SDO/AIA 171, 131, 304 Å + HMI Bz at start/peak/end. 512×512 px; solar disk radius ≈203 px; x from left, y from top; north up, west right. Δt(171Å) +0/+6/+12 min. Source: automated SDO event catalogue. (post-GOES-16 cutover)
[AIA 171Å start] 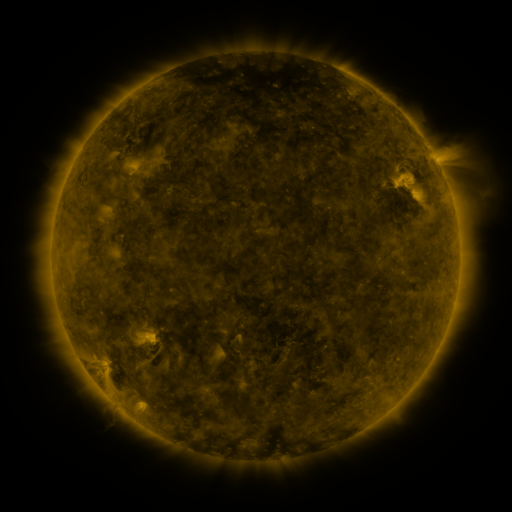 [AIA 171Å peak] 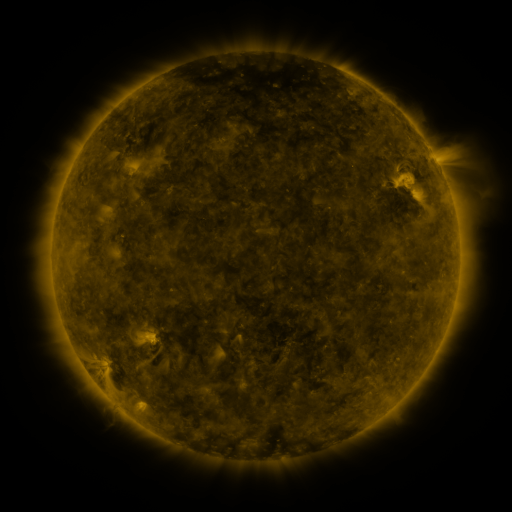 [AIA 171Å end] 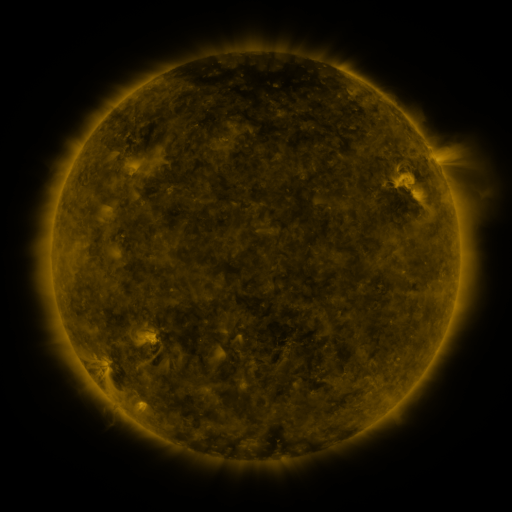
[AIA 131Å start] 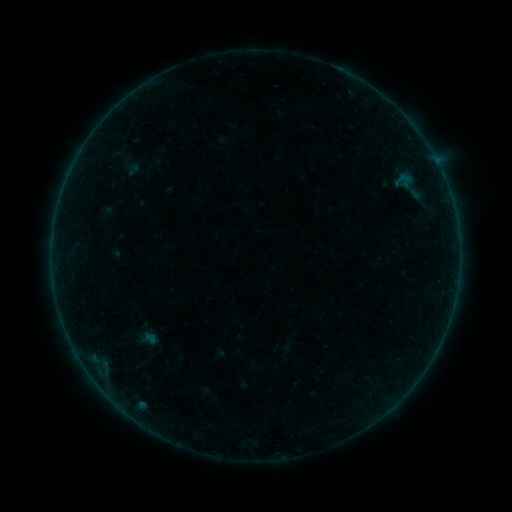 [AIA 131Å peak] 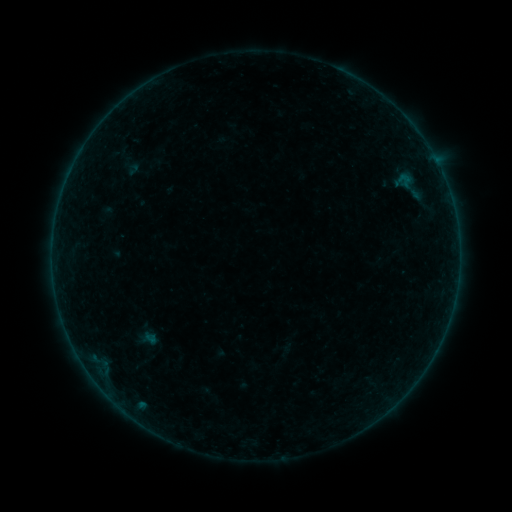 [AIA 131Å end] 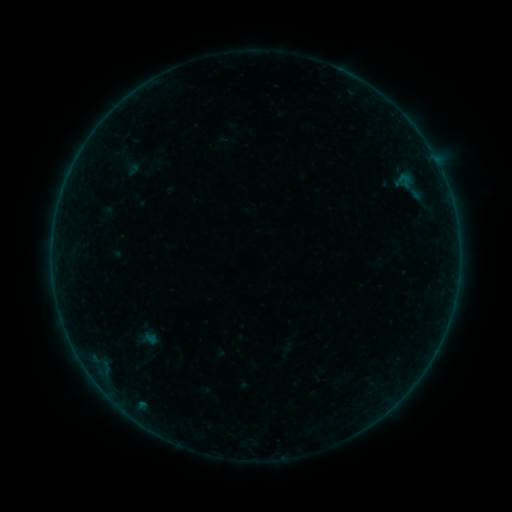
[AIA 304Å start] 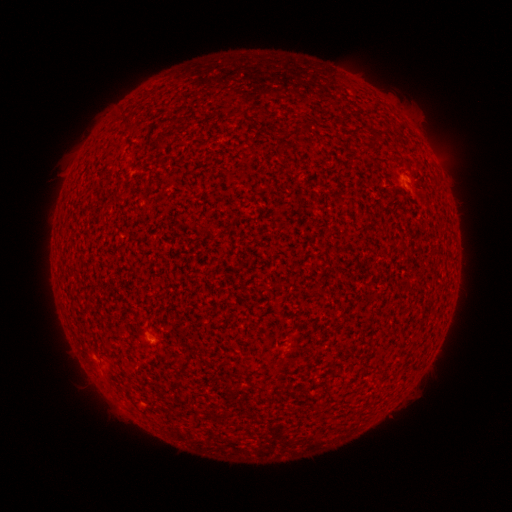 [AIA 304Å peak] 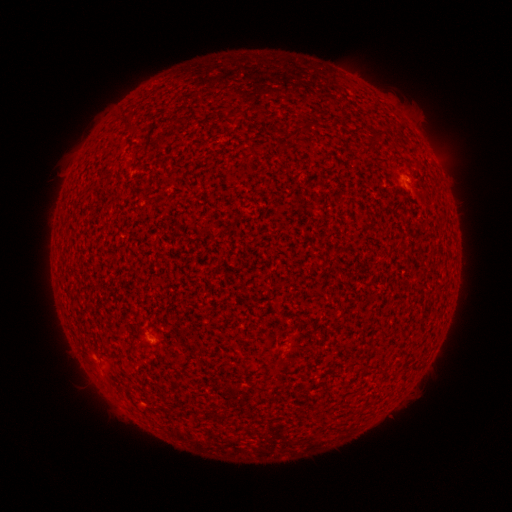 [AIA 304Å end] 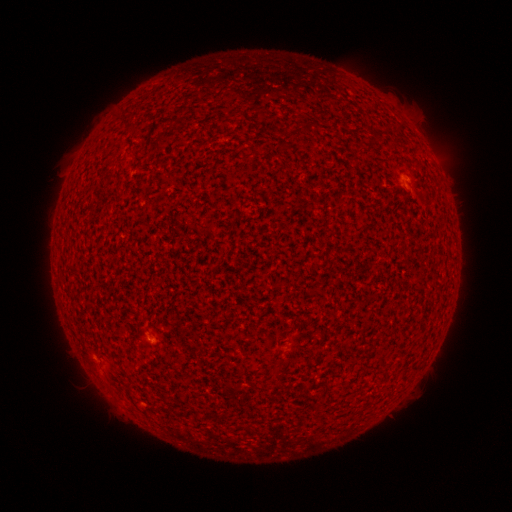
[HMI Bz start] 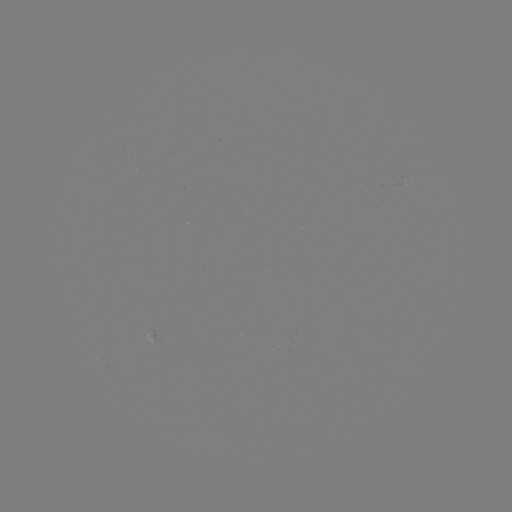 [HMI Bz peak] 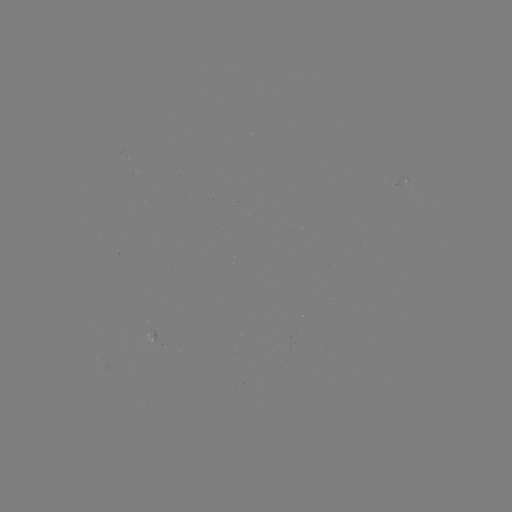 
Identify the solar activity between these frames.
A2.9 flare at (150, 337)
